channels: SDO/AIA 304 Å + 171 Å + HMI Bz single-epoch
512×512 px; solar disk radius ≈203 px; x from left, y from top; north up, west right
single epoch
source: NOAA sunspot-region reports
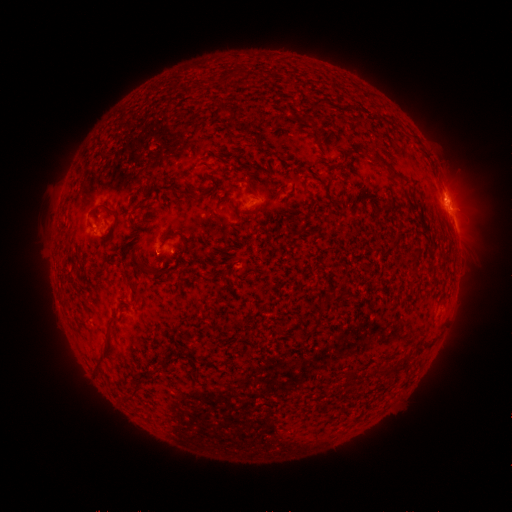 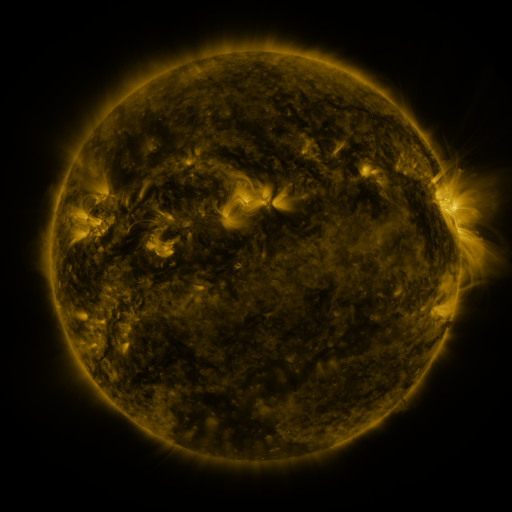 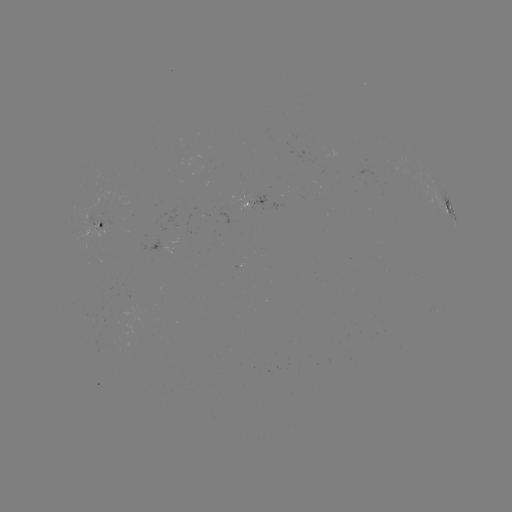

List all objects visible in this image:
spotted active region: (256, 203)
spotted active region: (448, 204)
spotted active region: (104, 225)
